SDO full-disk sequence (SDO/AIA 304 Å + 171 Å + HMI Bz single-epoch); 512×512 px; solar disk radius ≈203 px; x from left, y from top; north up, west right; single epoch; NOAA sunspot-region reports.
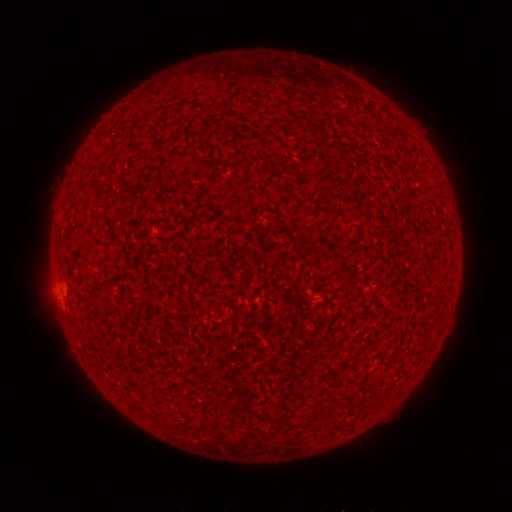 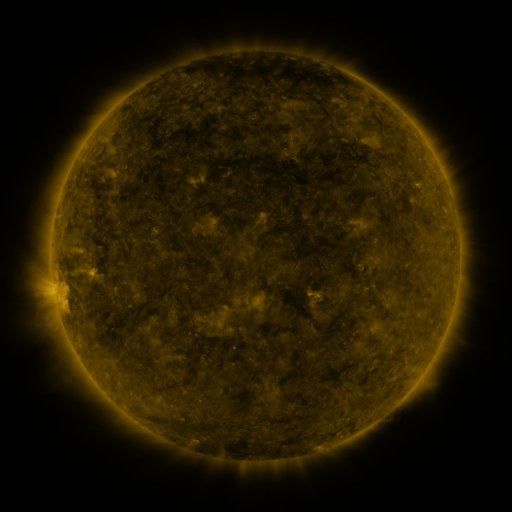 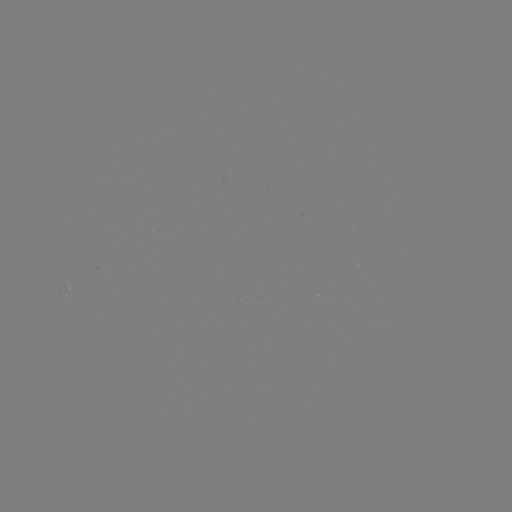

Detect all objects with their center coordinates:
(none)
